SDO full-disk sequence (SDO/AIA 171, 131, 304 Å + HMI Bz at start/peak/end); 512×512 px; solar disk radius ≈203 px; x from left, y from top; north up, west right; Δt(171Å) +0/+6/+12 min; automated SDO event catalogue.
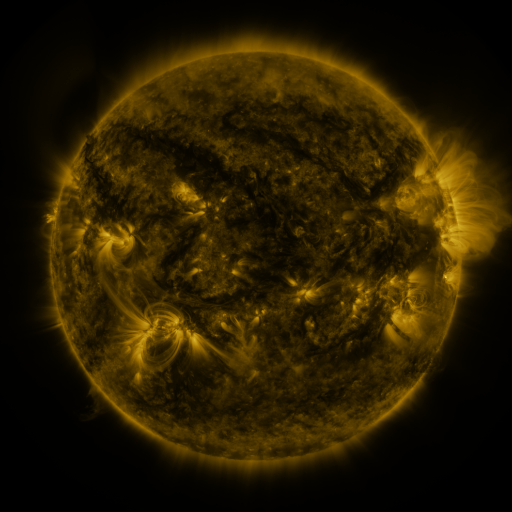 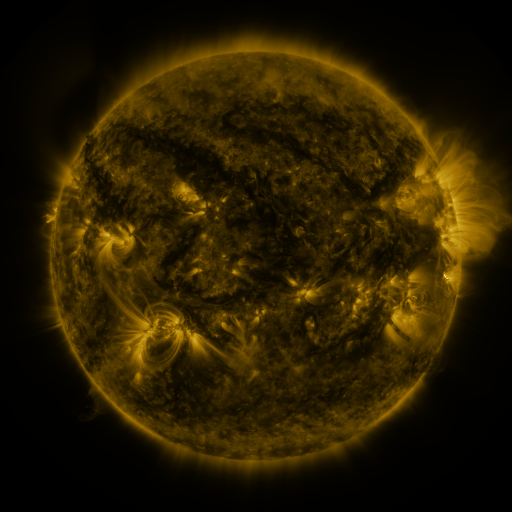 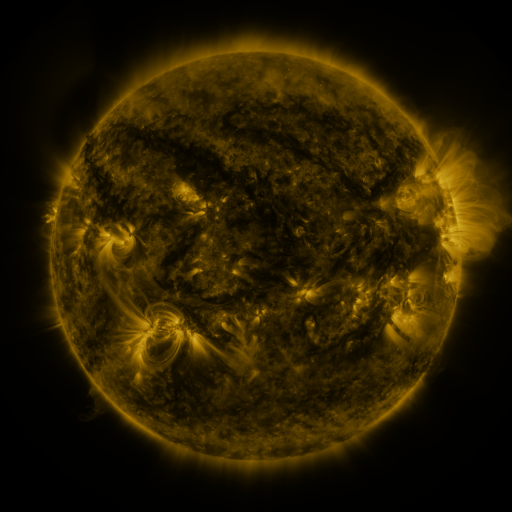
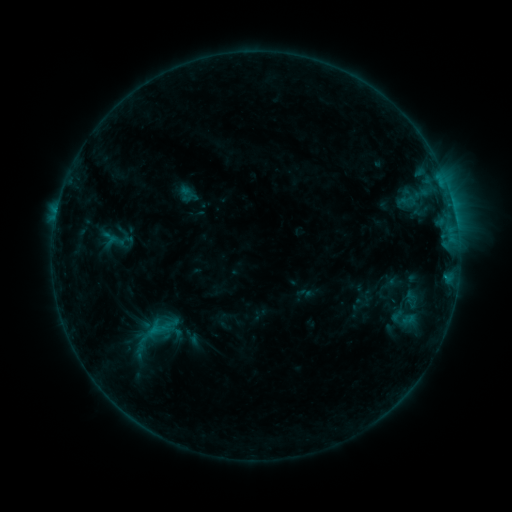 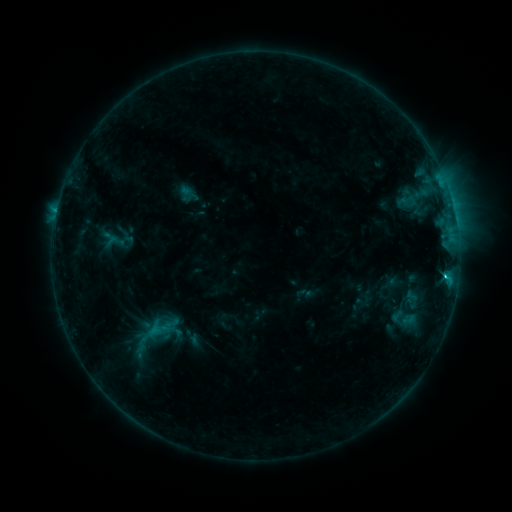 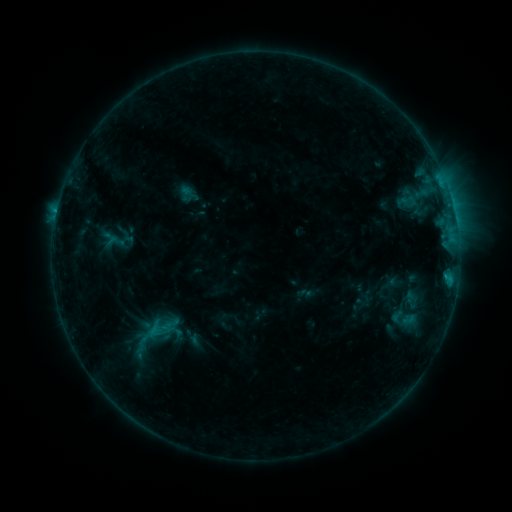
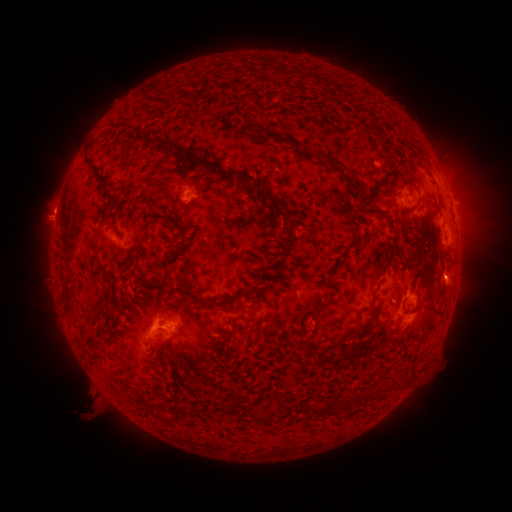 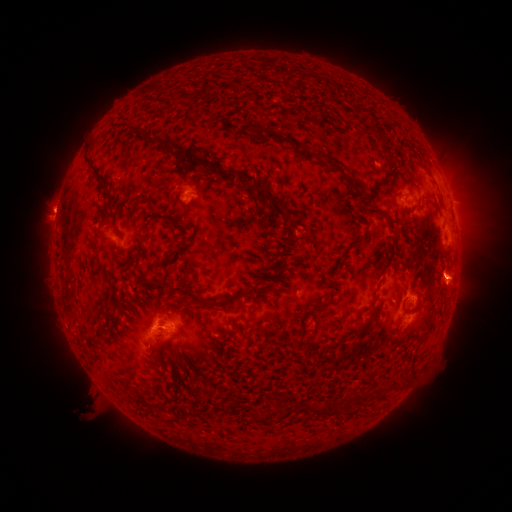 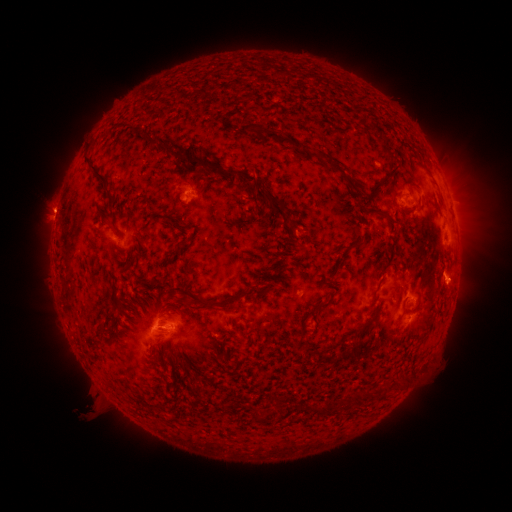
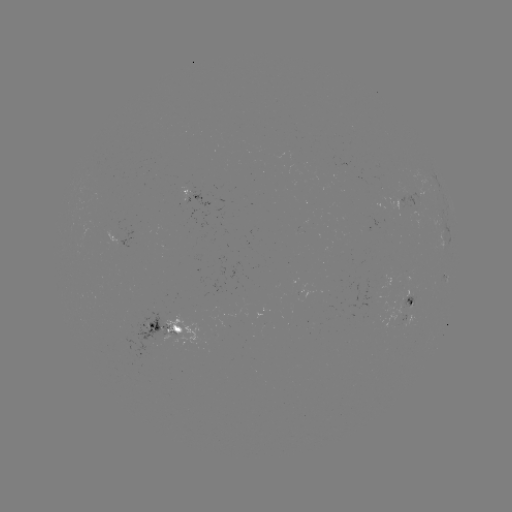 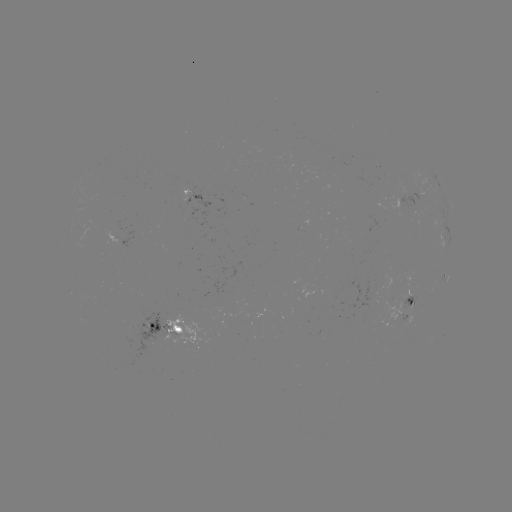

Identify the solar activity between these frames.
C1.7 flare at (445, 275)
